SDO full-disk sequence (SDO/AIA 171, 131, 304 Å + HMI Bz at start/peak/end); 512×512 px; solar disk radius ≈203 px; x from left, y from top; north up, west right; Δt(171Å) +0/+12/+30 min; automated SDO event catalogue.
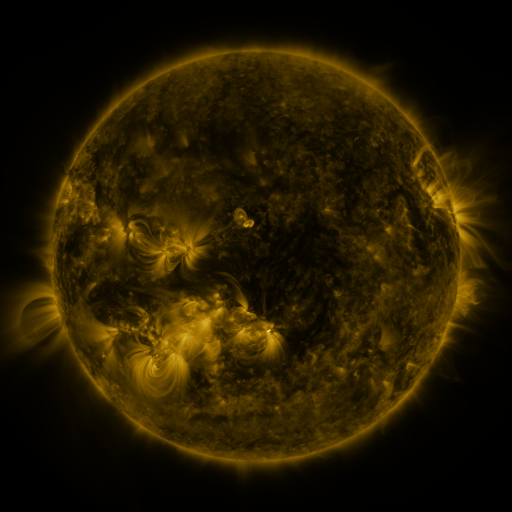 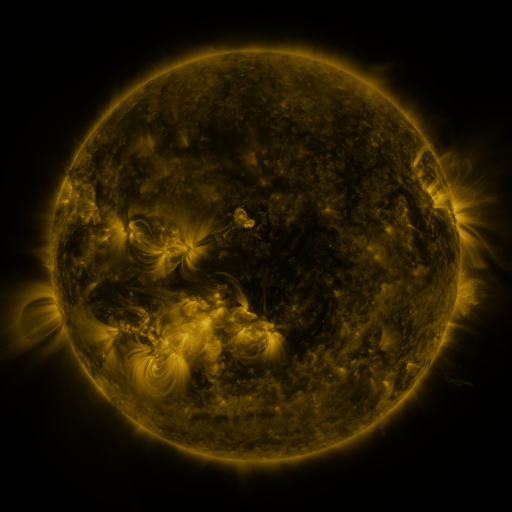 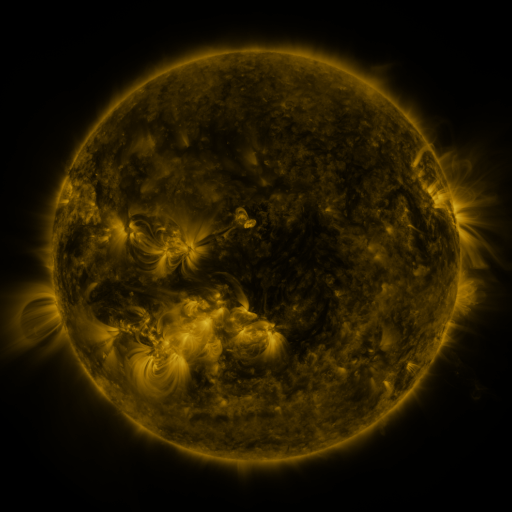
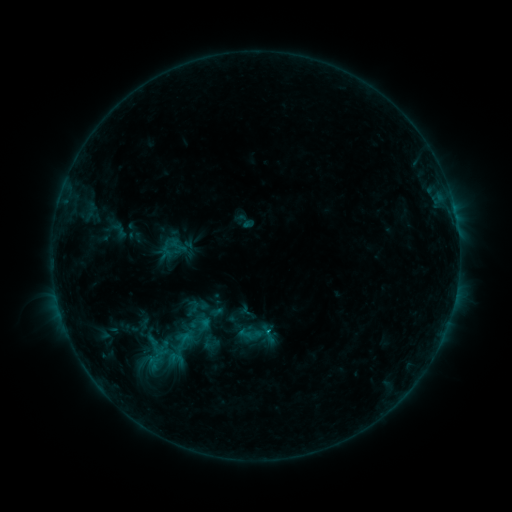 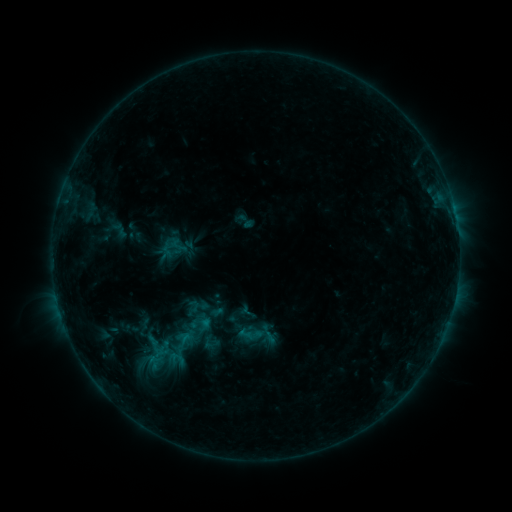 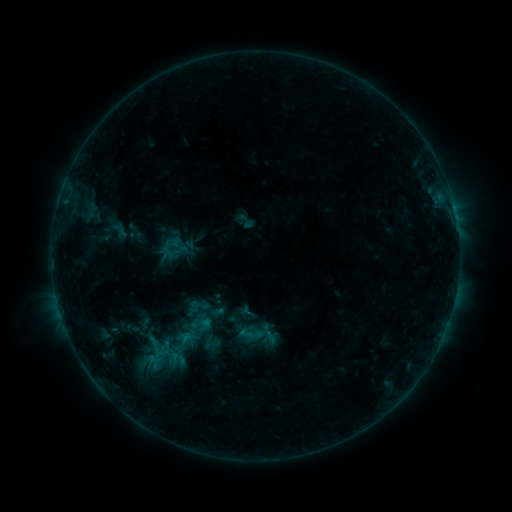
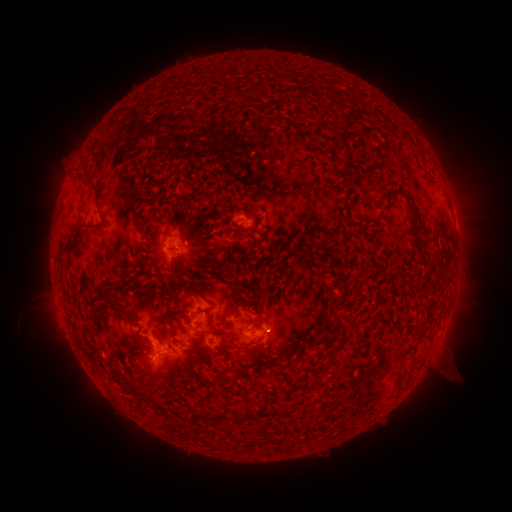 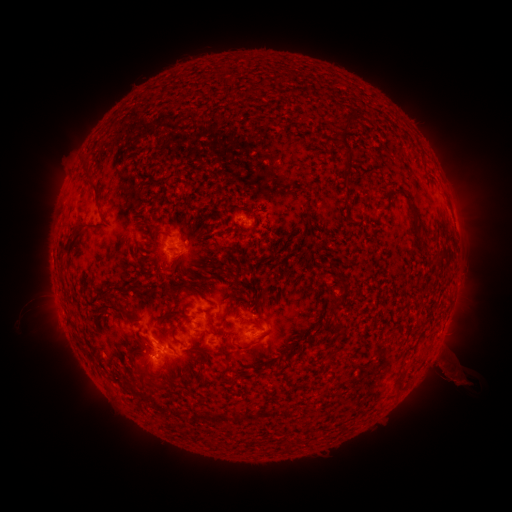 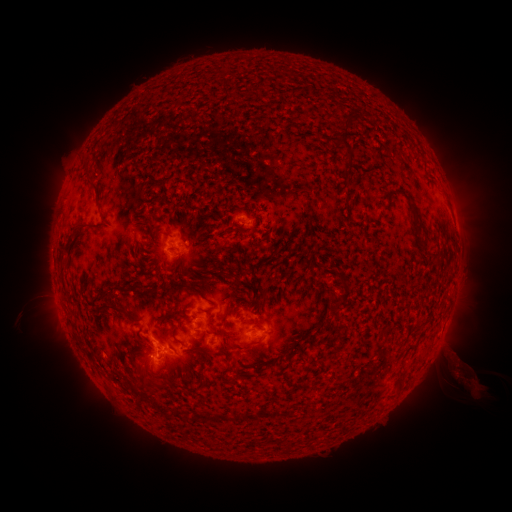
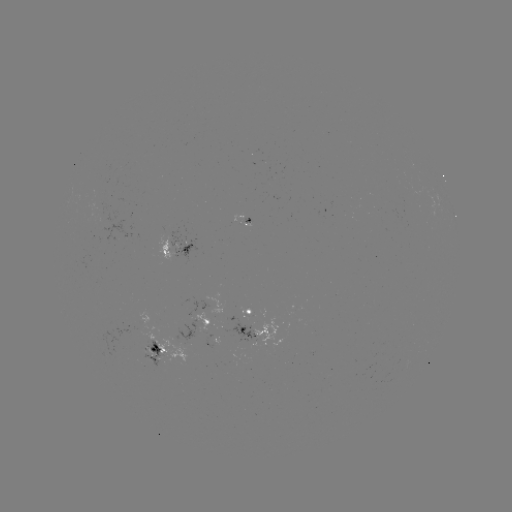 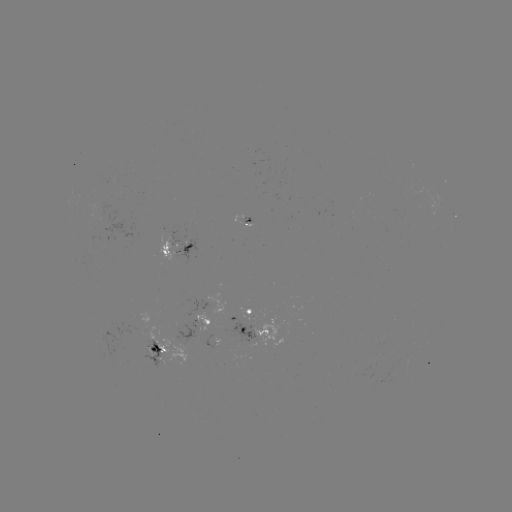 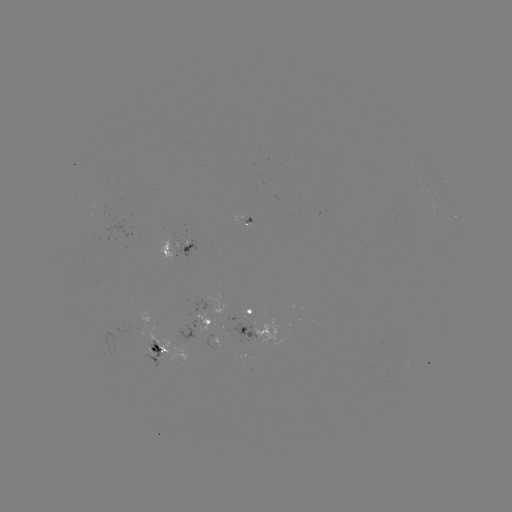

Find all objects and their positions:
eruption: (456, 374)
